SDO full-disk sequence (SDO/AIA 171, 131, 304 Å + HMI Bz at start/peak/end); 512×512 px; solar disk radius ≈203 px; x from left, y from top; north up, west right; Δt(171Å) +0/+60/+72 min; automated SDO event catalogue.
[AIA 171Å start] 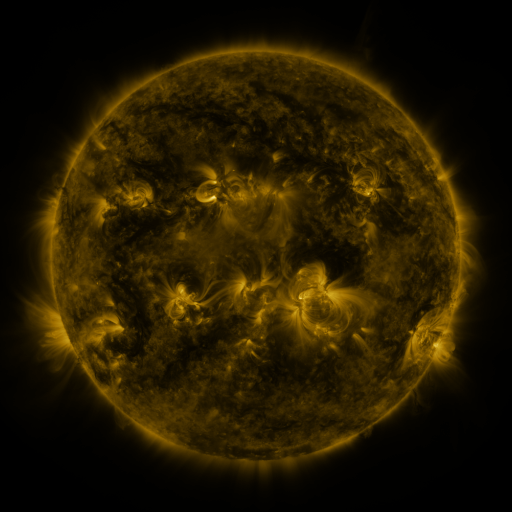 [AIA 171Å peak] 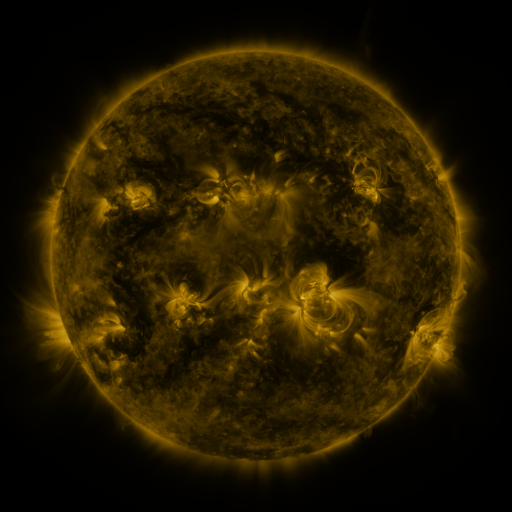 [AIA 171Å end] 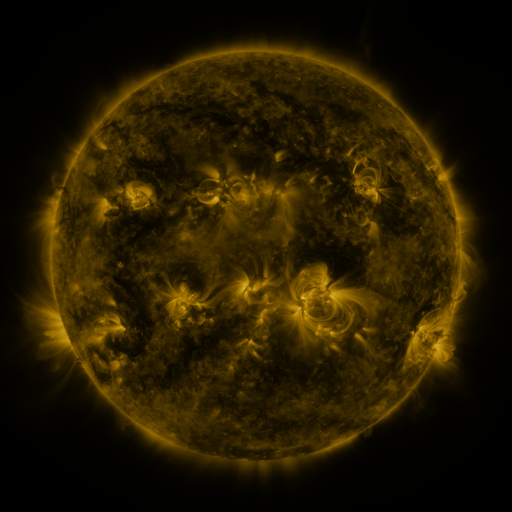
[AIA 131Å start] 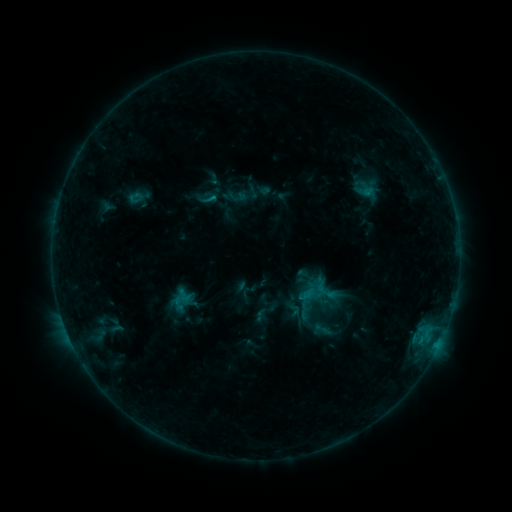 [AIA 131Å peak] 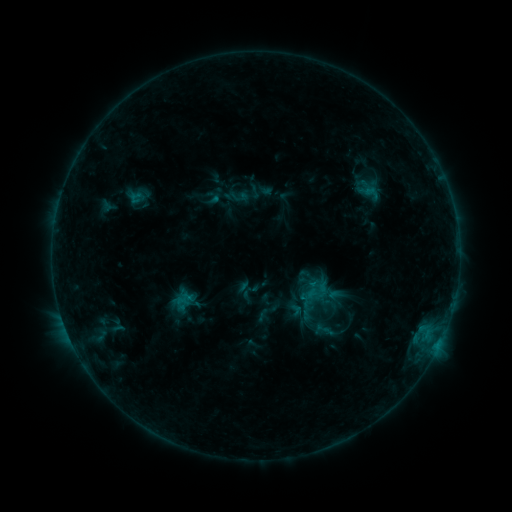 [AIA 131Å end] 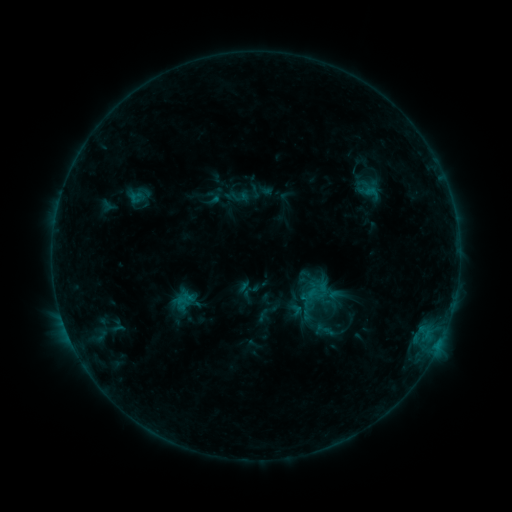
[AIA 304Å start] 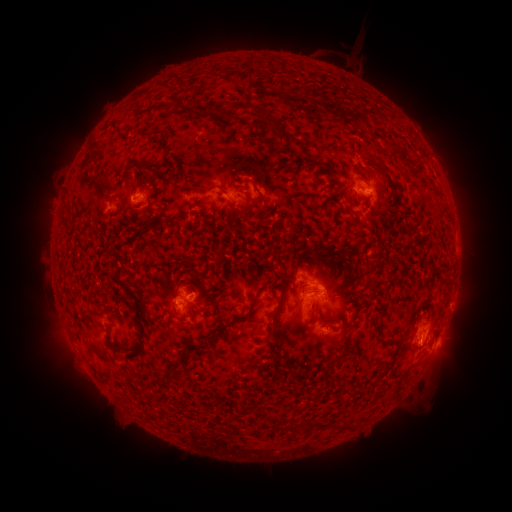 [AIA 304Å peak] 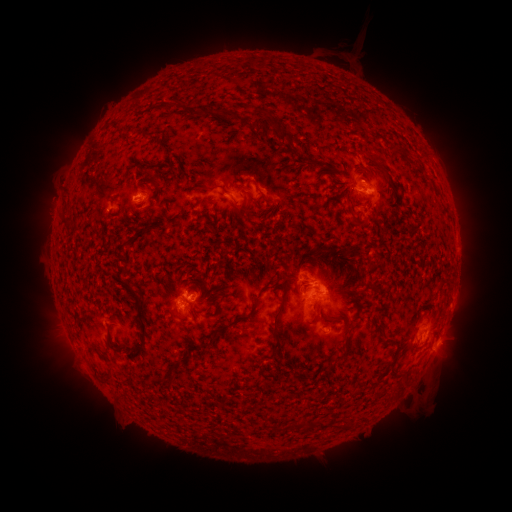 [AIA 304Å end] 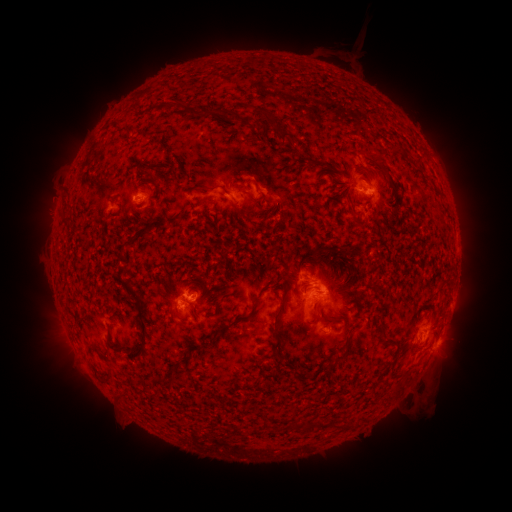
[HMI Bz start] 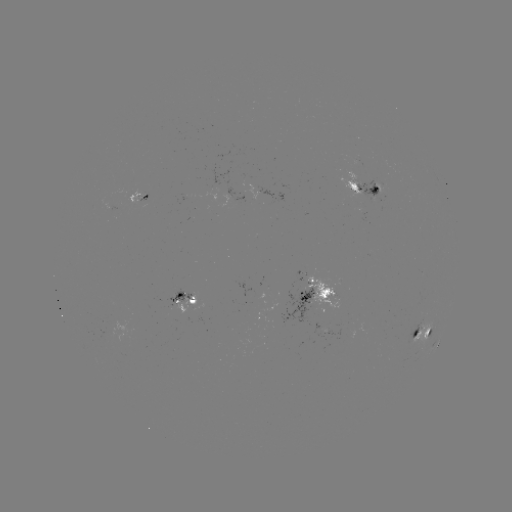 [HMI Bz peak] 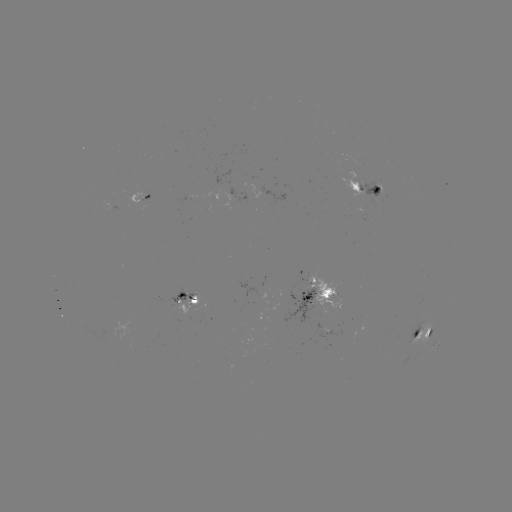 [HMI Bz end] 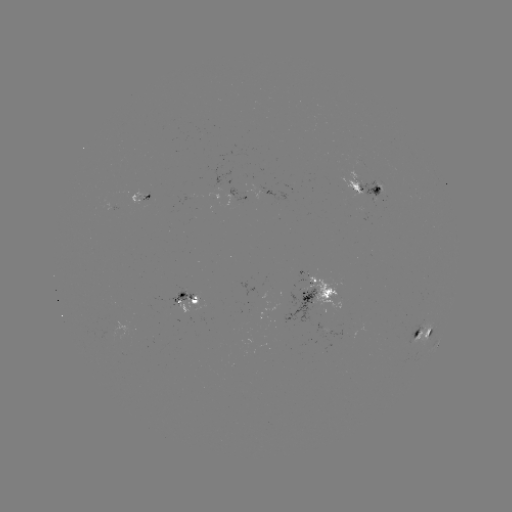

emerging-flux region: <bbox>212, 163, 247, 201</bbox>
